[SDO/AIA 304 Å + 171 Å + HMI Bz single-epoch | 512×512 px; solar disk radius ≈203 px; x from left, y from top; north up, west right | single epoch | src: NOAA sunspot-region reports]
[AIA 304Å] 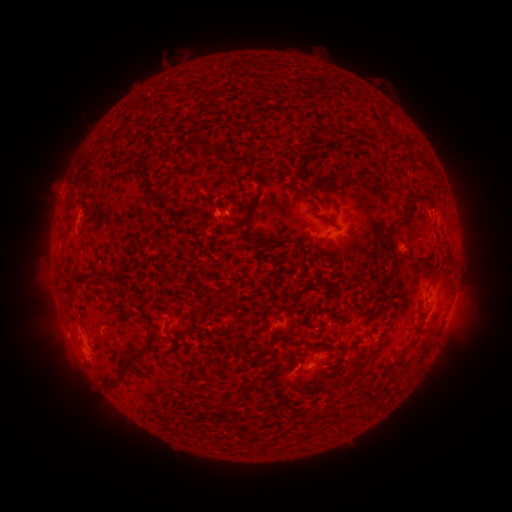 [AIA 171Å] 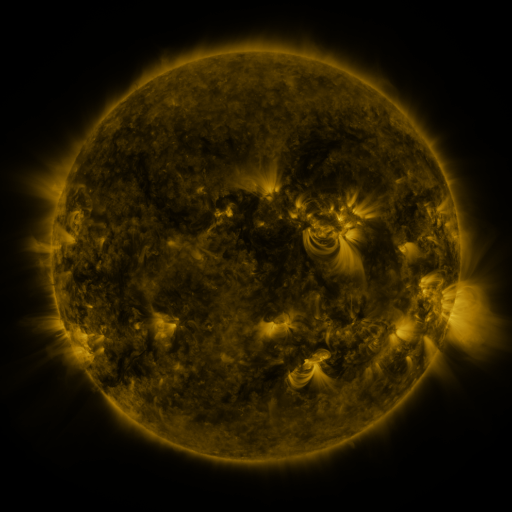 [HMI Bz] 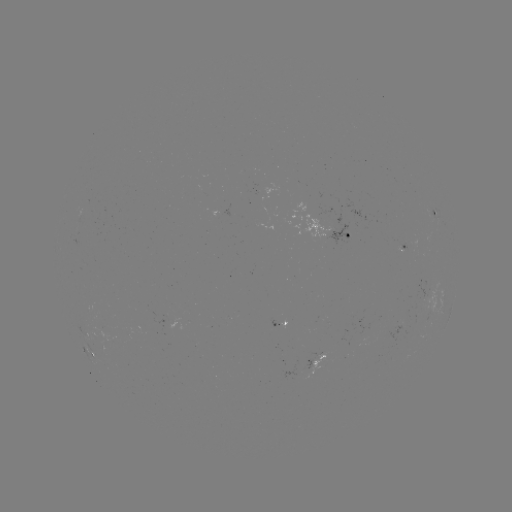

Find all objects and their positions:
spotted active region: (437, 215)
spotted active region: (327, 230)
spotted active region: (404, 249)
spotted active region: (276, 323)
spotted active region: (86, 331)
spotted active region: (93, 356)
spotted active region: (316, 360)
